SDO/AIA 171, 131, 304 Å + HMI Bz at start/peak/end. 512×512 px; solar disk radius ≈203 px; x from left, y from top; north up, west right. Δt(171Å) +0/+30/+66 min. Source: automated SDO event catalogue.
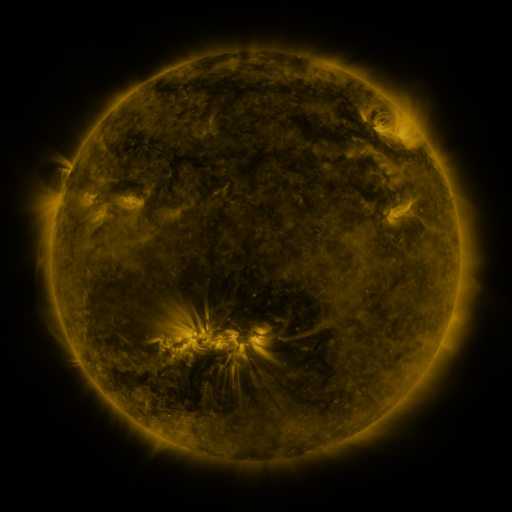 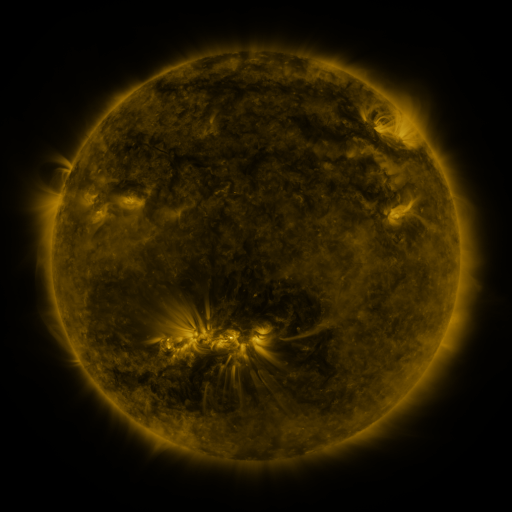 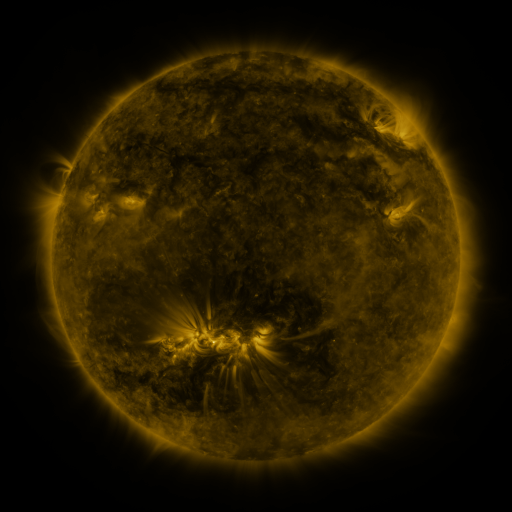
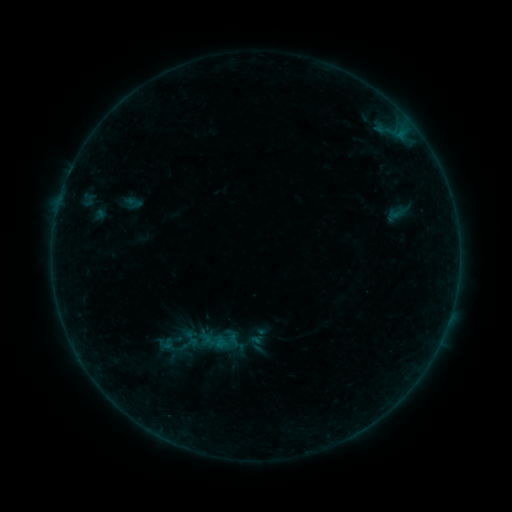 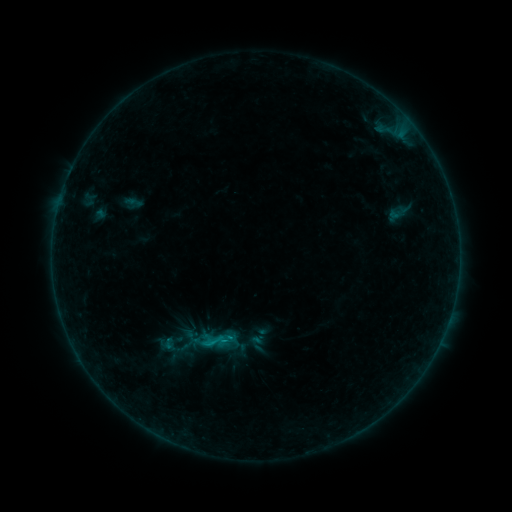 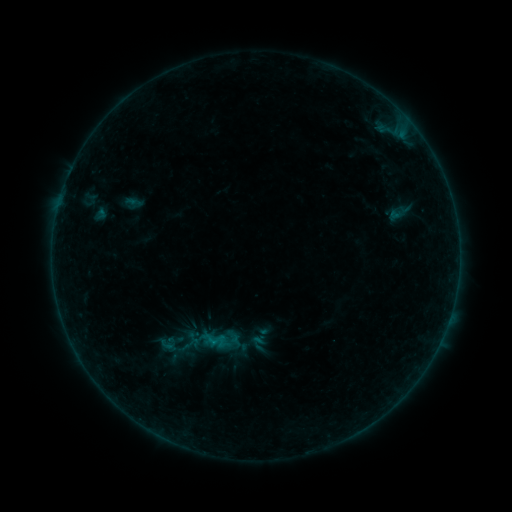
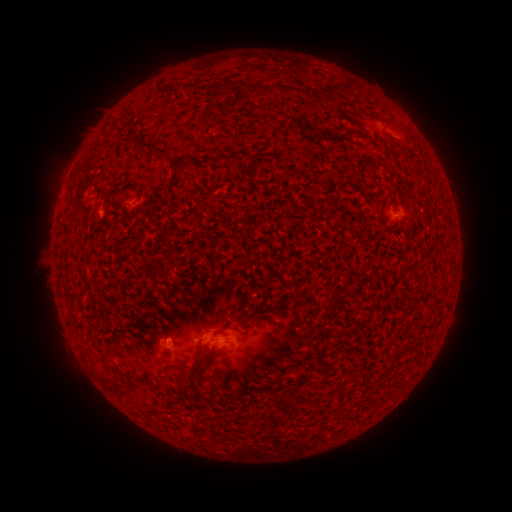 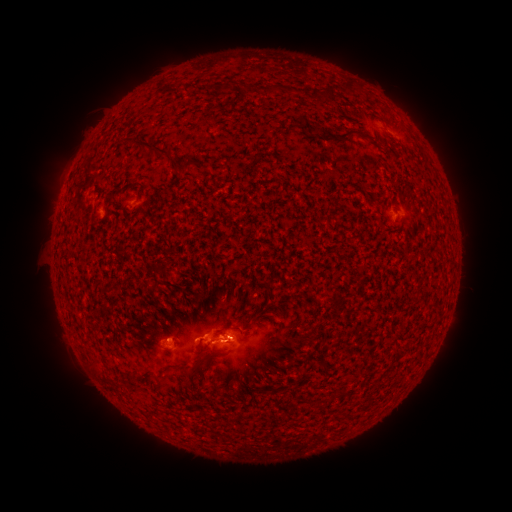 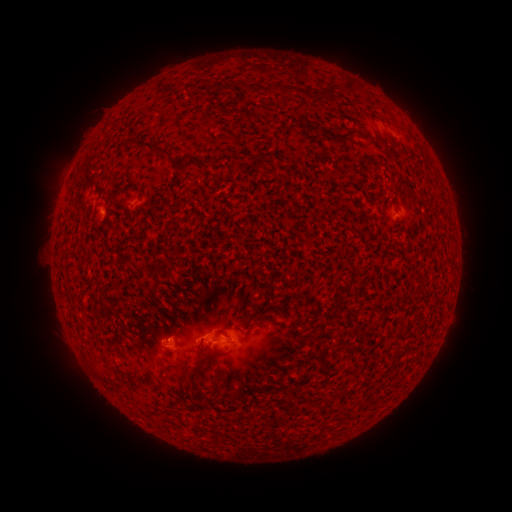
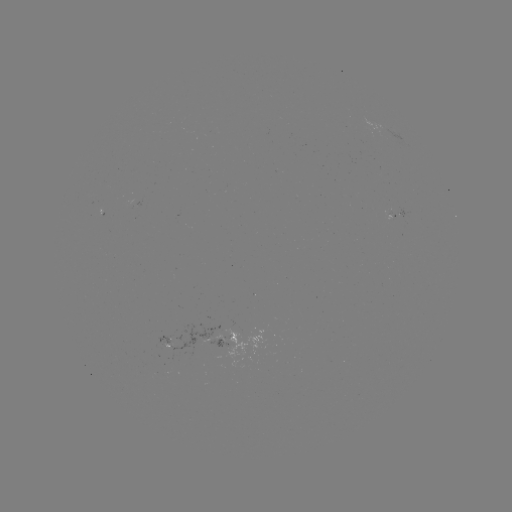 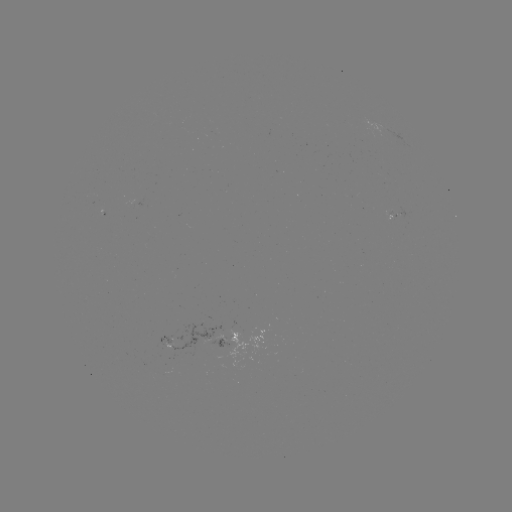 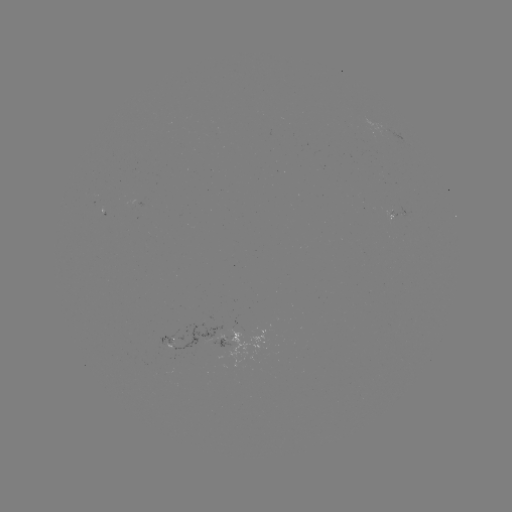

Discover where B6.5 flare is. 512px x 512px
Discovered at (232, 337).